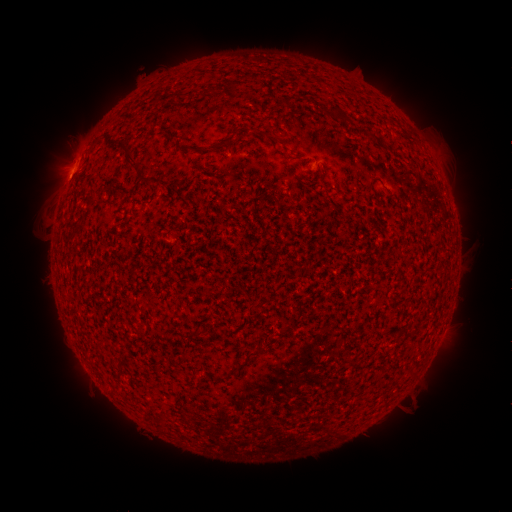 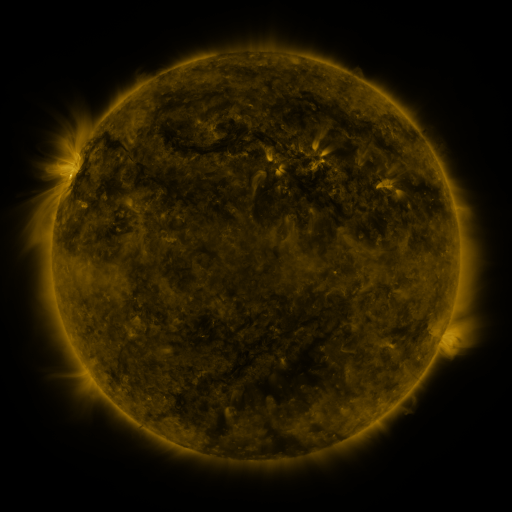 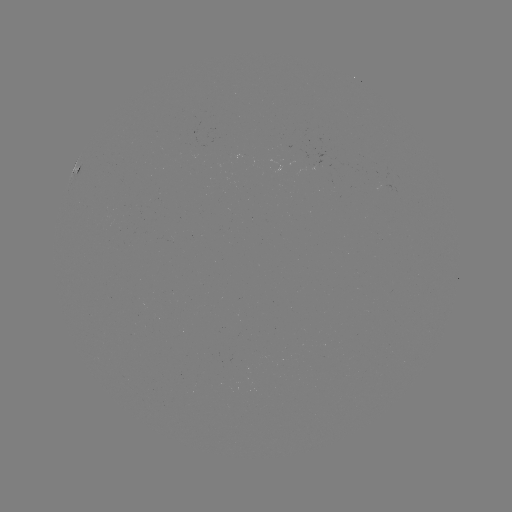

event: spotted active region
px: (72, 170)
